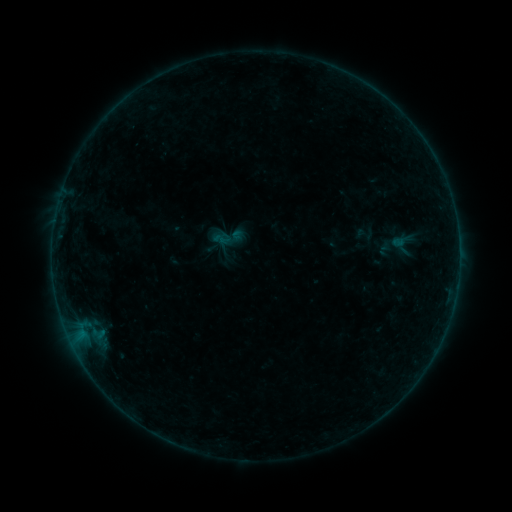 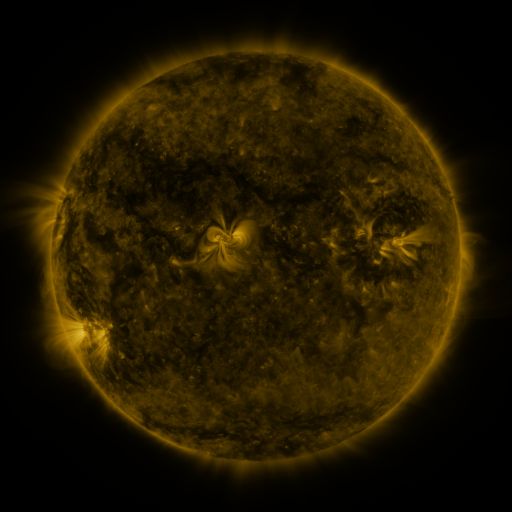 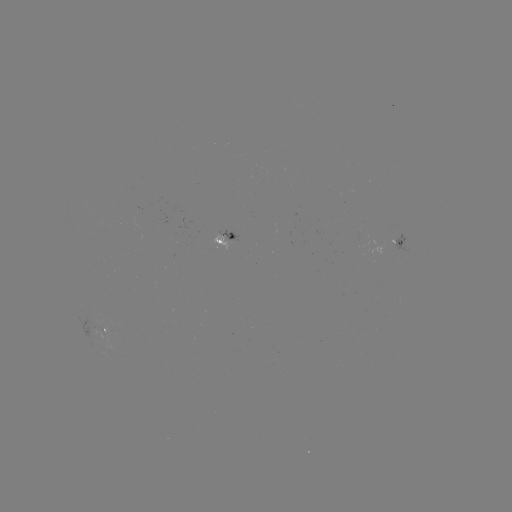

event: sigmoid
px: (220, 239)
